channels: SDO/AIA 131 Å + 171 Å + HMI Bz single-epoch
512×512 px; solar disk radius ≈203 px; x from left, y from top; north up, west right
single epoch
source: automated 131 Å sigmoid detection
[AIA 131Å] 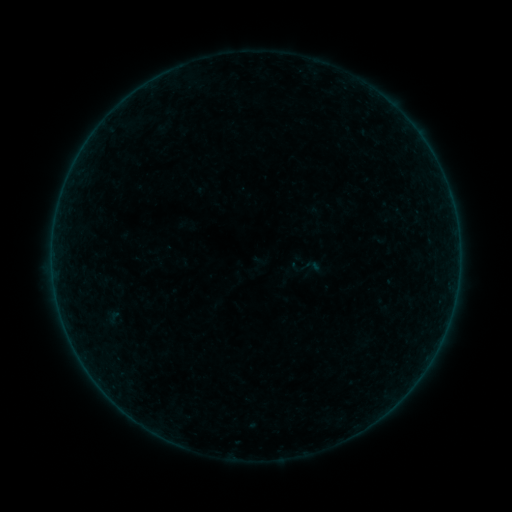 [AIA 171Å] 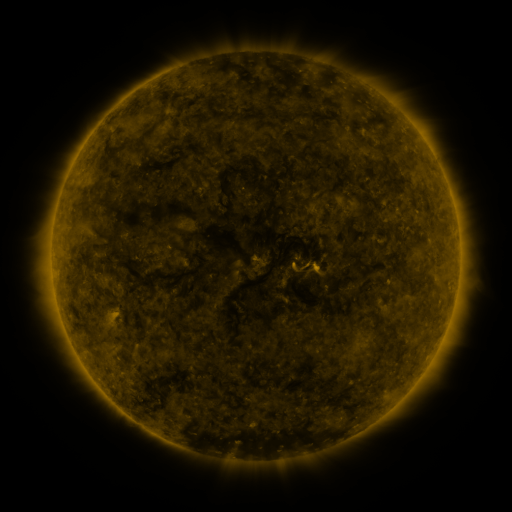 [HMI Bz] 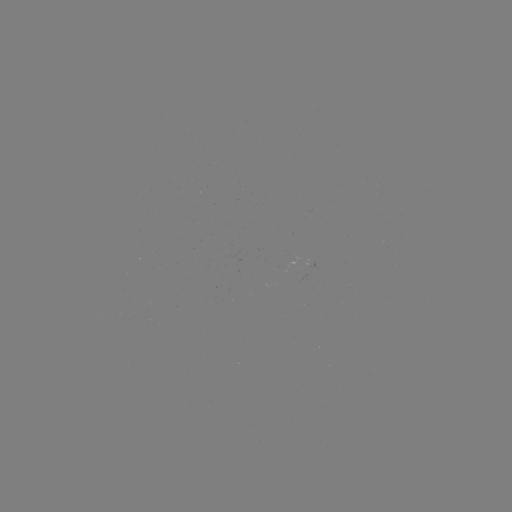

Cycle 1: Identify sigmoid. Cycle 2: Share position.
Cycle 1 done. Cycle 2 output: [311, 266].